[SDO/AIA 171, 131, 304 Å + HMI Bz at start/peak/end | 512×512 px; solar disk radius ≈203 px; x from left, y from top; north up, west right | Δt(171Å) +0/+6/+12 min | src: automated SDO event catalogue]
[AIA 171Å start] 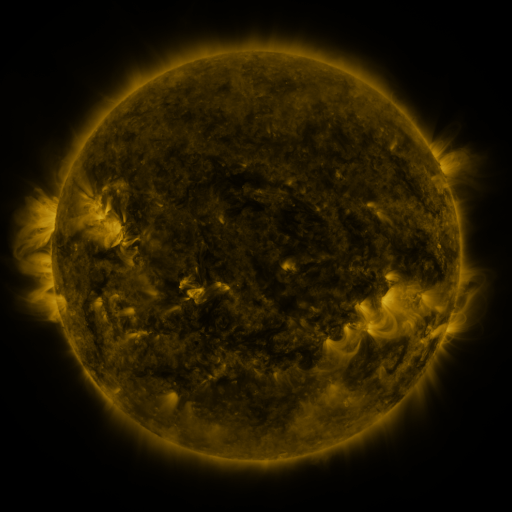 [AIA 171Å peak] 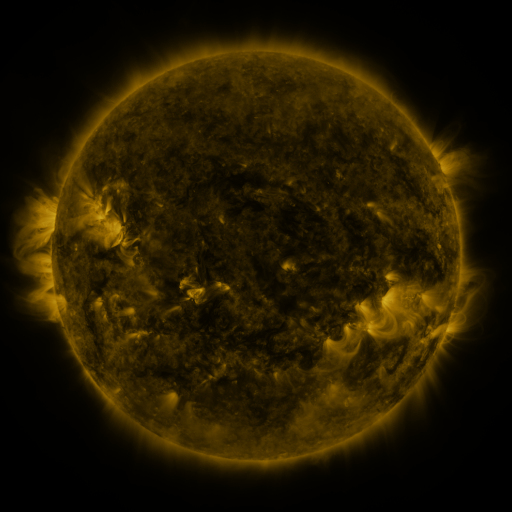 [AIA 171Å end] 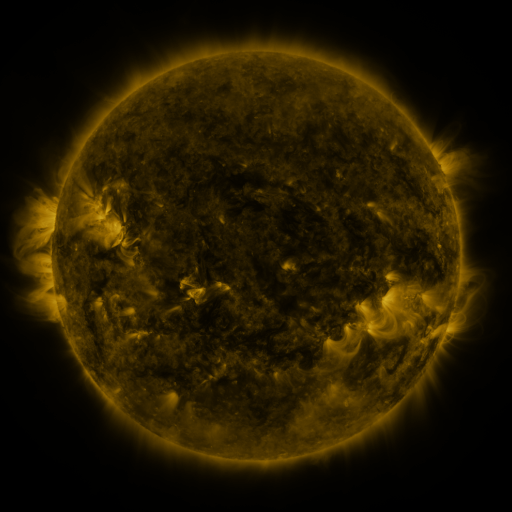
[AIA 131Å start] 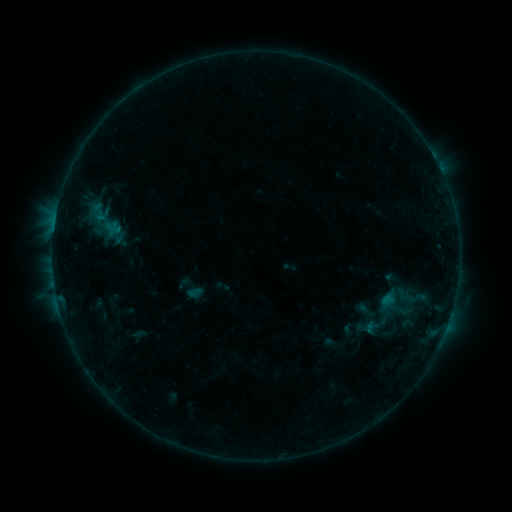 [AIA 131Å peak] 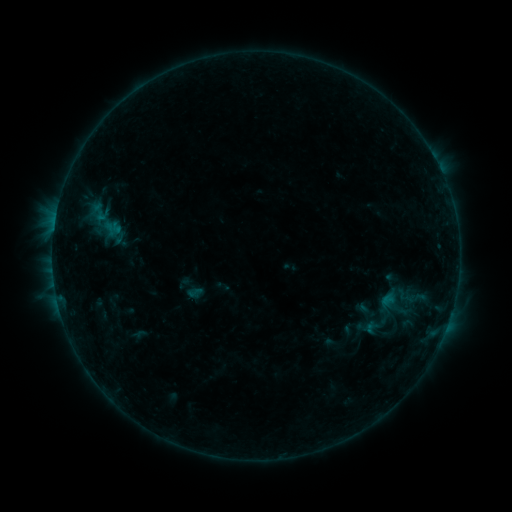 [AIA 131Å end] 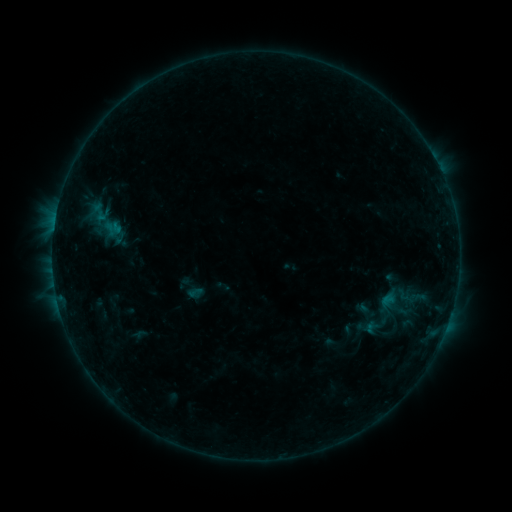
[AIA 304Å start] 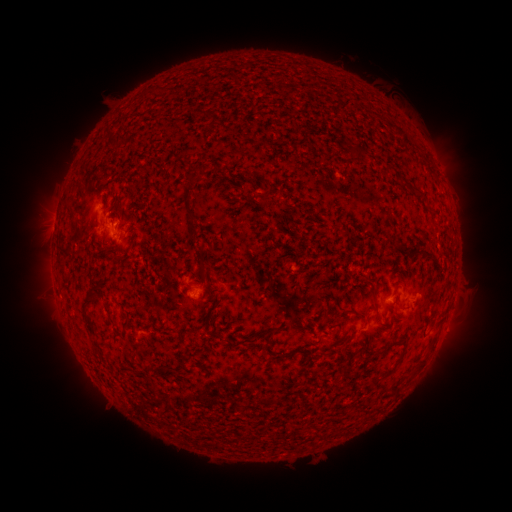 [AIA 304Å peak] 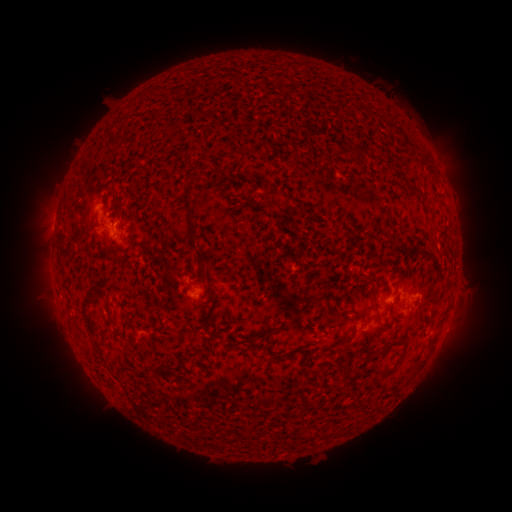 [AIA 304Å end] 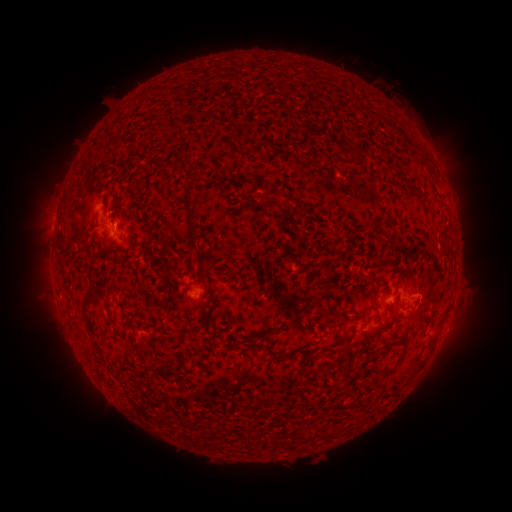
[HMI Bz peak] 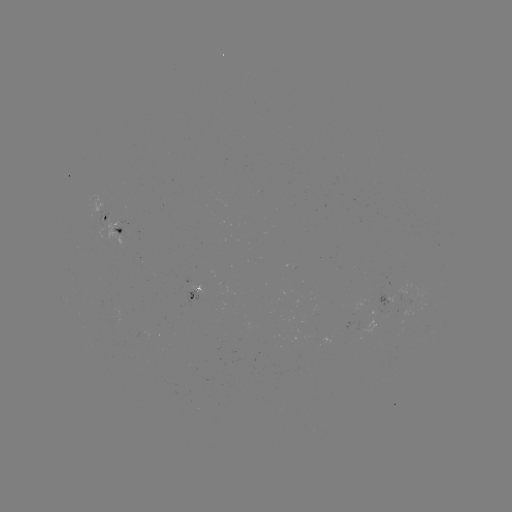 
no classed flare was catalogued and no EUV brightening was flagged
